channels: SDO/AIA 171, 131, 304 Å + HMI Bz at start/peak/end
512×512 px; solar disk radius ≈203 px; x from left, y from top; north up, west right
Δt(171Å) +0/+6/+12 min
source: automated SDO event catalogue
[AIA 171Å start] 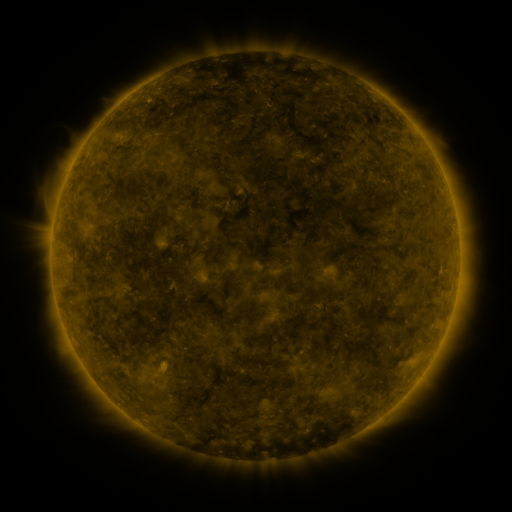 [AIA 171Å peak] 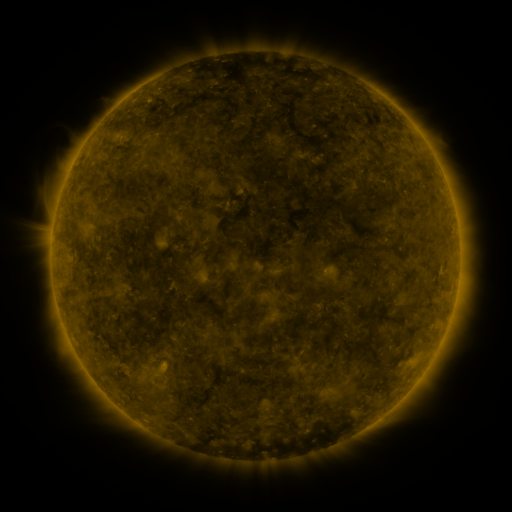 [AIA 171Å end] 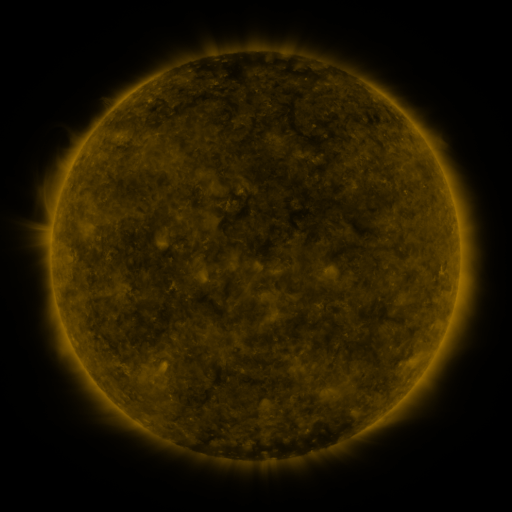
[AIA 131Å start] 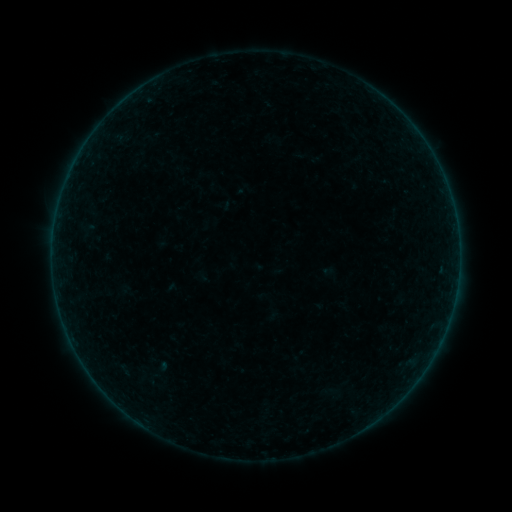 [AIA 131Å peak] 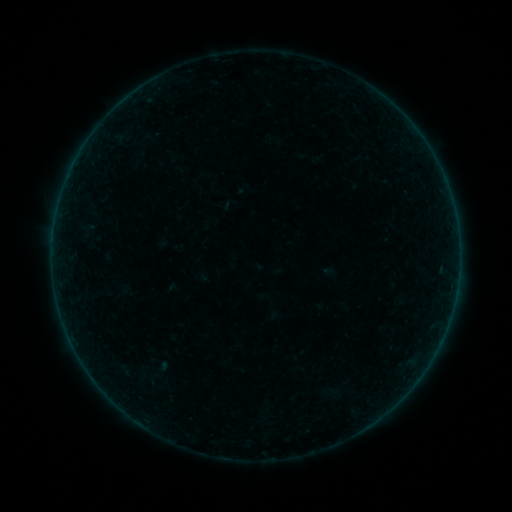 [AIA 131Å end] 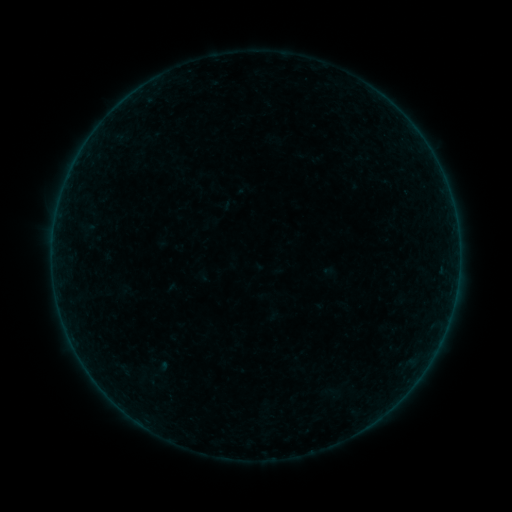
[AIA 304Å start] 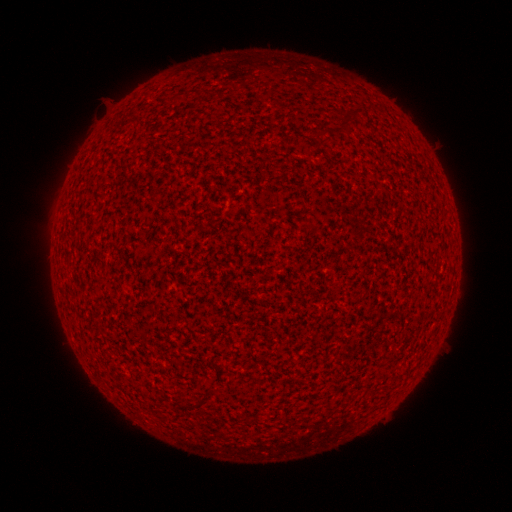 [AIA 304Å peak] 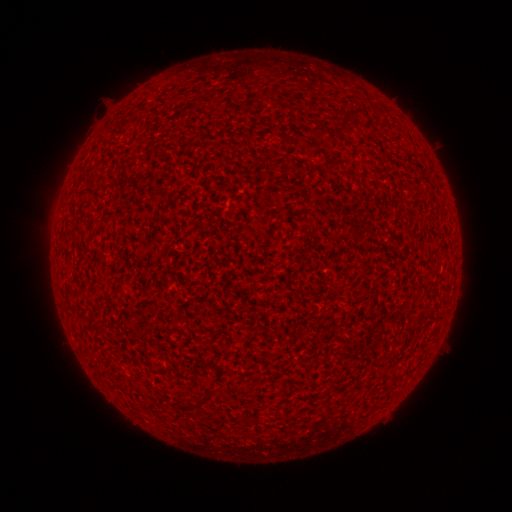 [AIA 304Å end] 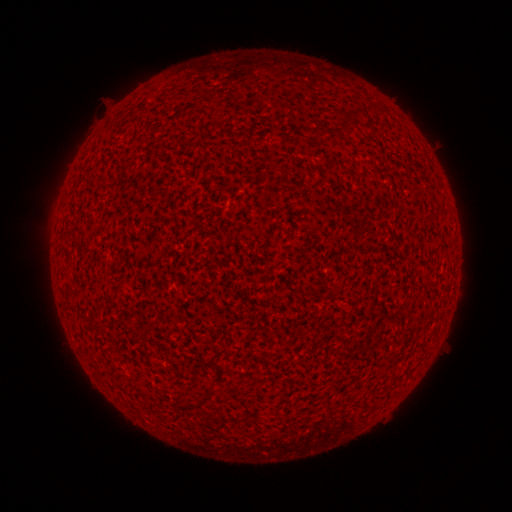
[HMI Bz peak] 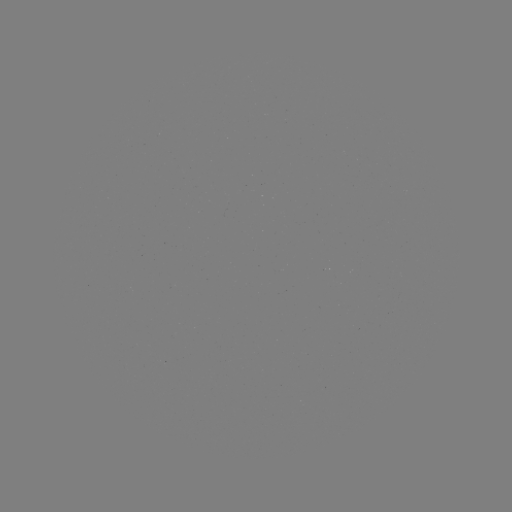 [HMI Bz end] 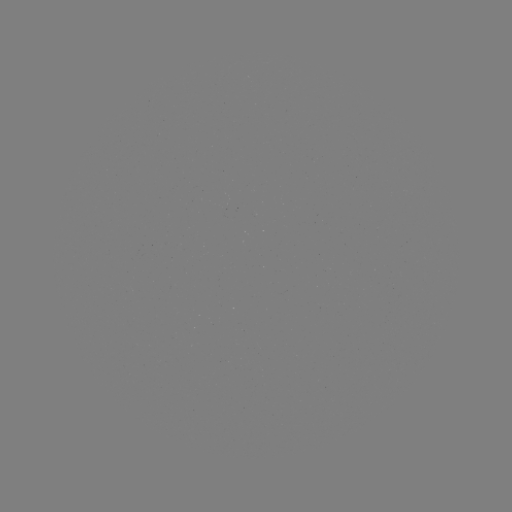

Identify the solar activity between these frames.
no classed flare was catalogued and no EUV brightening was flagged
